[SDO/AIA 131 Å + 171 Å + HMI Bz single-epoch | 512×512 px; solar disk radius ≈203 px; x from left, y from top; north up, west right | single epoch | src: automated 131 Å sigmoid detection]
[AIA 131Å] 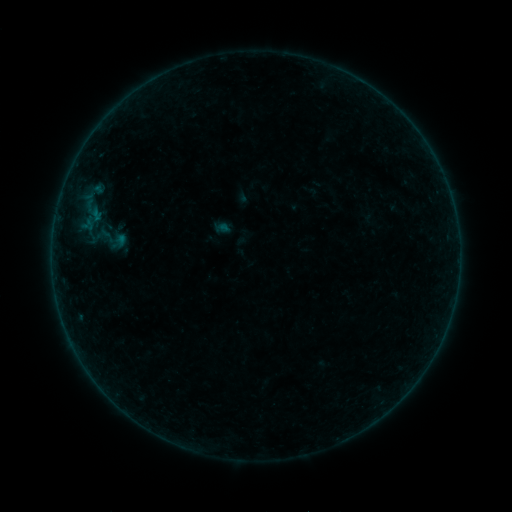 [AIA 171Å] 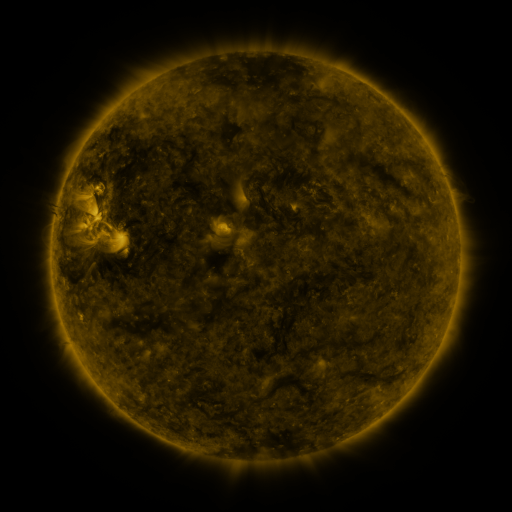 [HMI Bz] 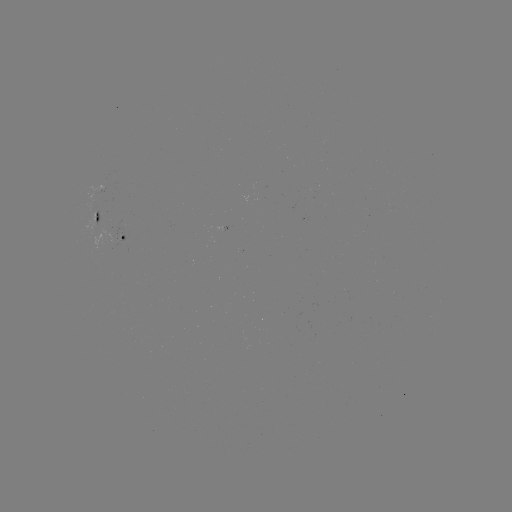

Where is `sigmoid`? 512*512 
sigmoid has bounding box [92, 220, 128, 256].